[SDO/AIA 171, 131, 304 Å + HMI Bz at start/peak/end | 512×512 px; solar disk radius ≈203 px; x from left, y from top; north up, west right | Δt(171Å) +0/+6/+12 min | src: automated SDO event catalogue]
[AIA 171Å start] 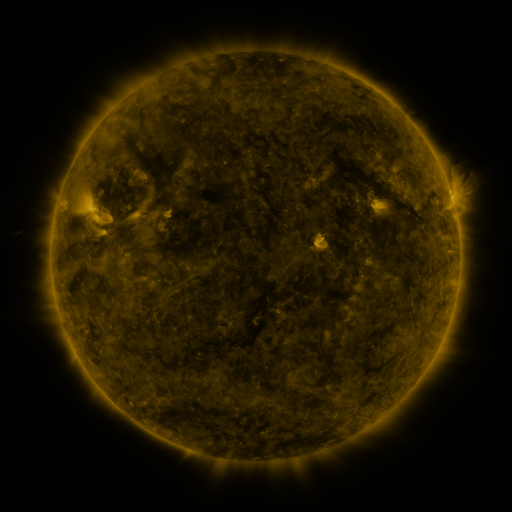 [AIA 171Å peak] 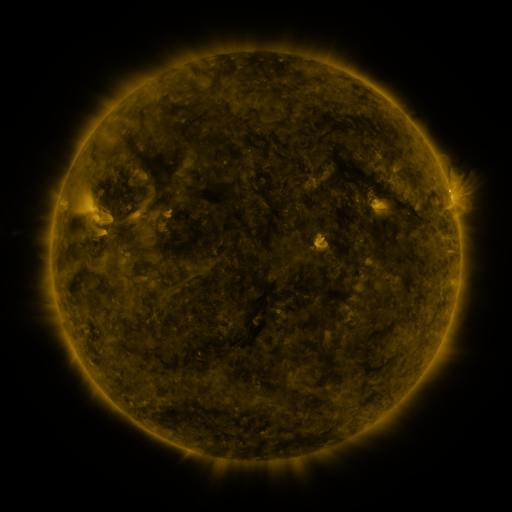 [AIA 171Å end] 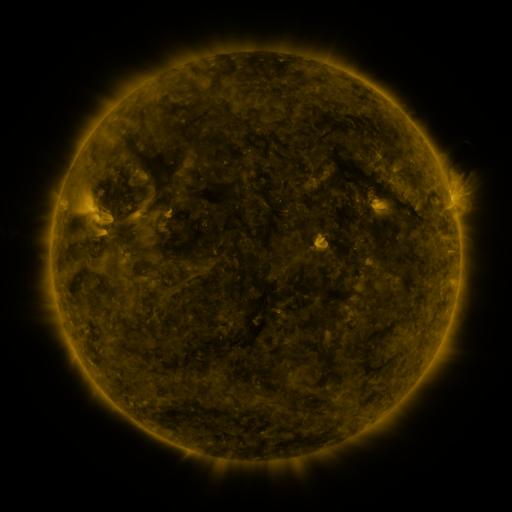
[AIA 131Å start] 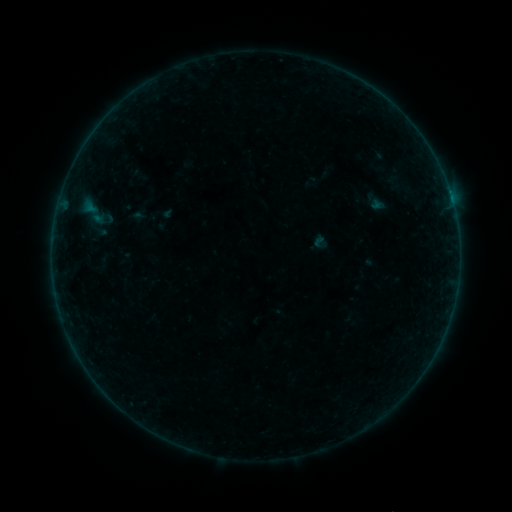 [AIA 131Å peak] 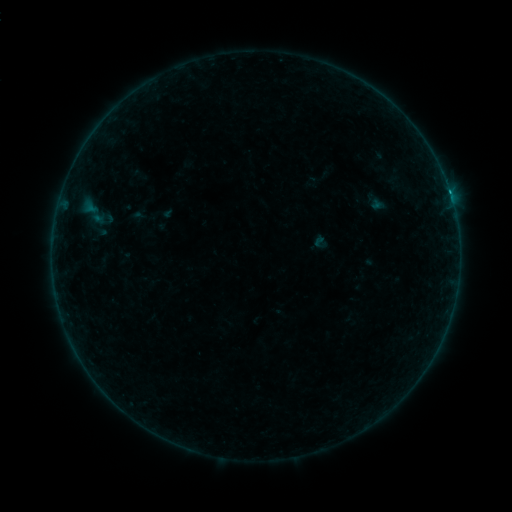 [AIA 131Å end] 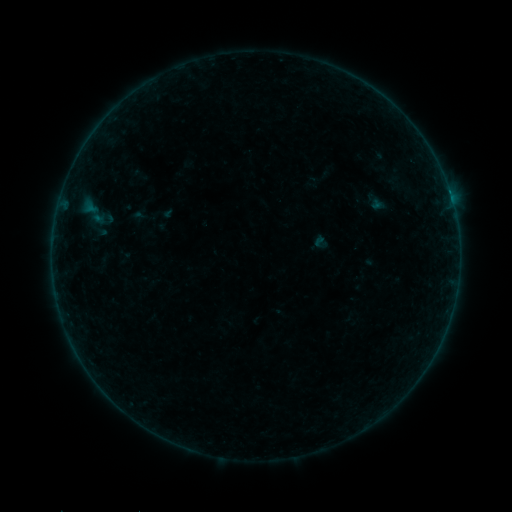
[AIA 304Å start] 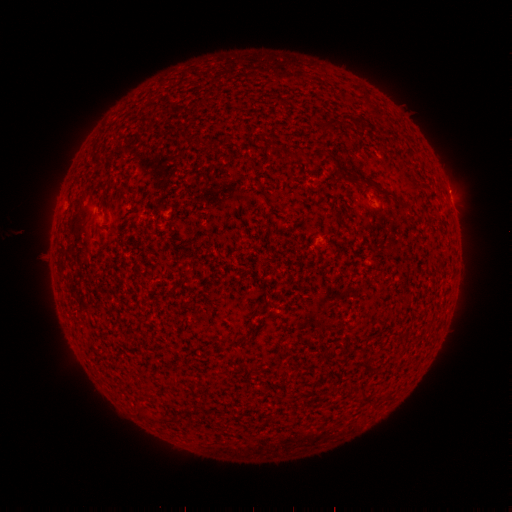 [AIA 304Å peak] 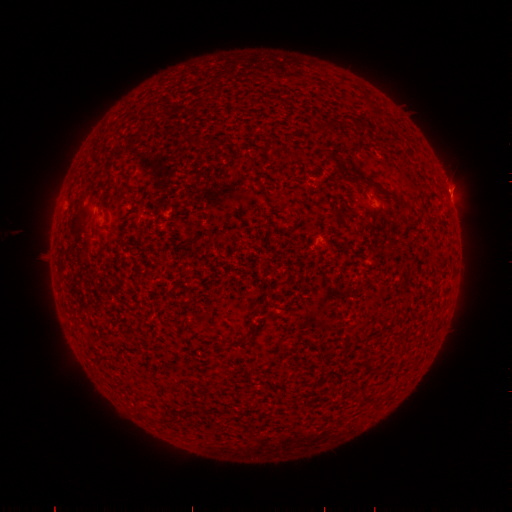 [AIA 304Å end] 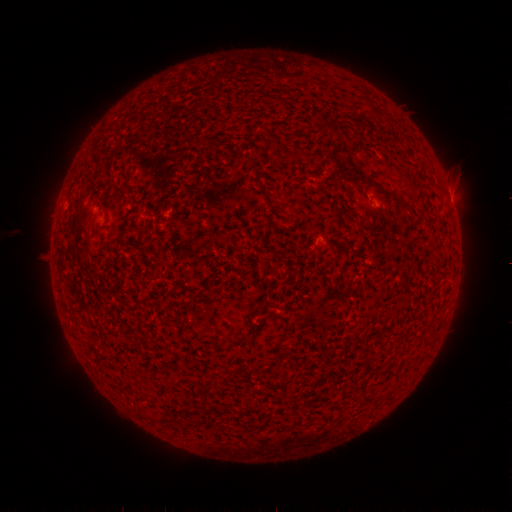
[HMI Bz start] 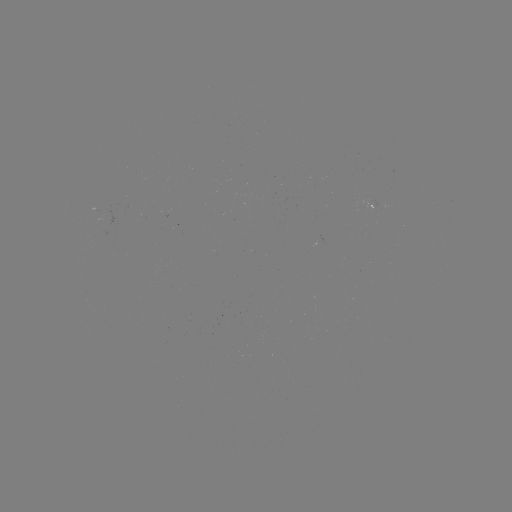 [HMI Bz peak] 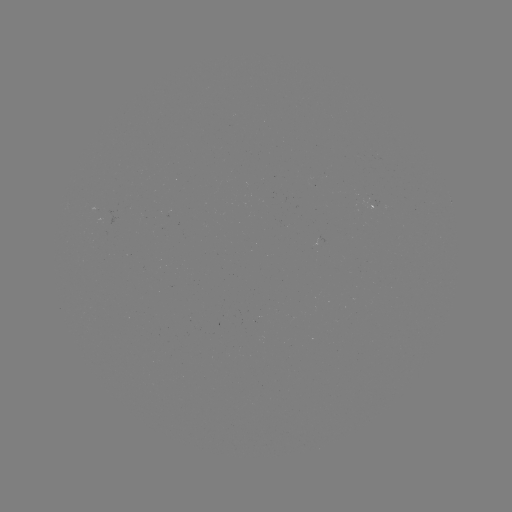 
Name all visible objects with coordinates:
B2.5 flare: (449, 193)
